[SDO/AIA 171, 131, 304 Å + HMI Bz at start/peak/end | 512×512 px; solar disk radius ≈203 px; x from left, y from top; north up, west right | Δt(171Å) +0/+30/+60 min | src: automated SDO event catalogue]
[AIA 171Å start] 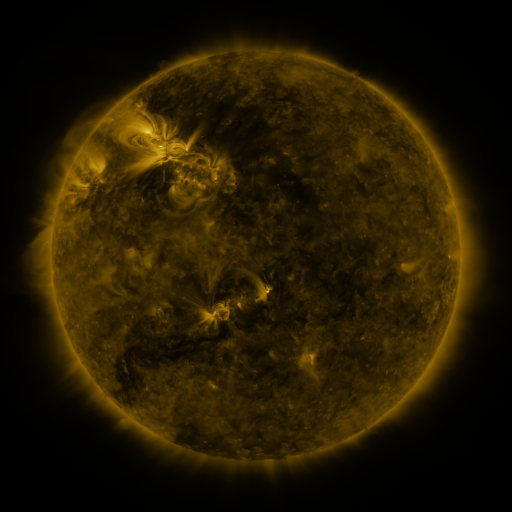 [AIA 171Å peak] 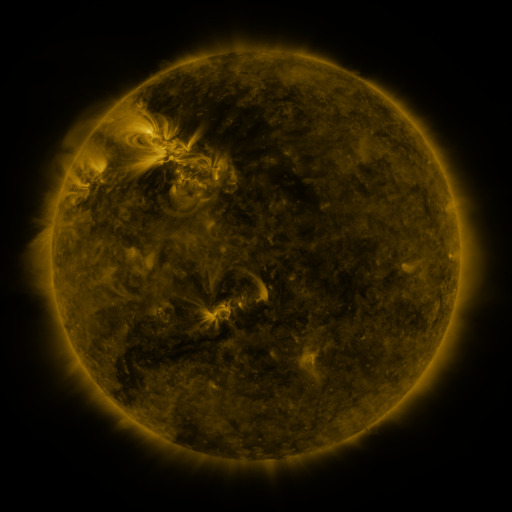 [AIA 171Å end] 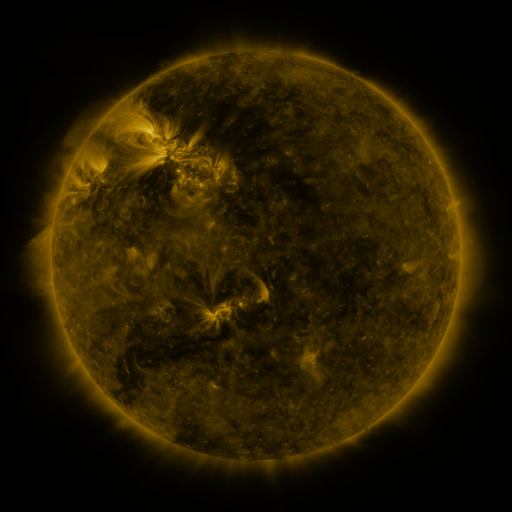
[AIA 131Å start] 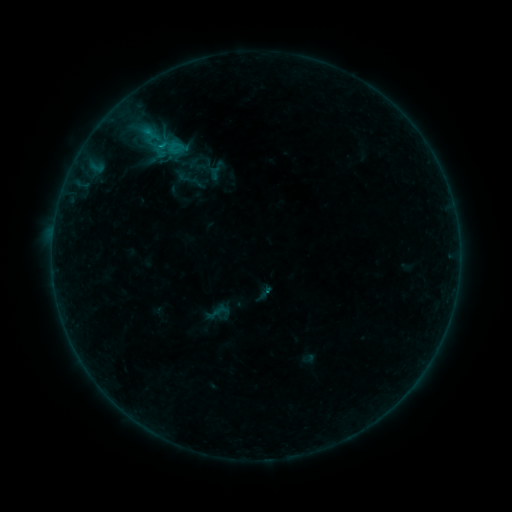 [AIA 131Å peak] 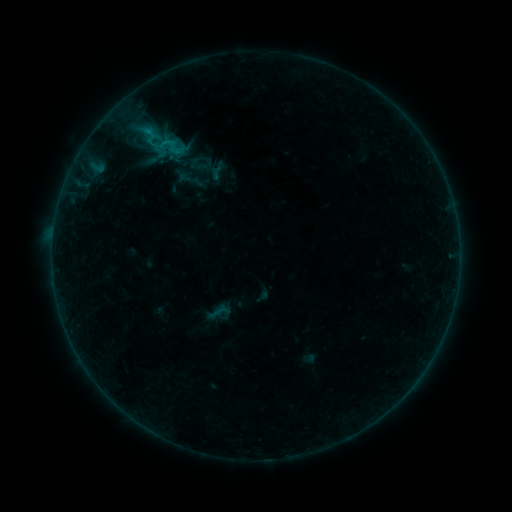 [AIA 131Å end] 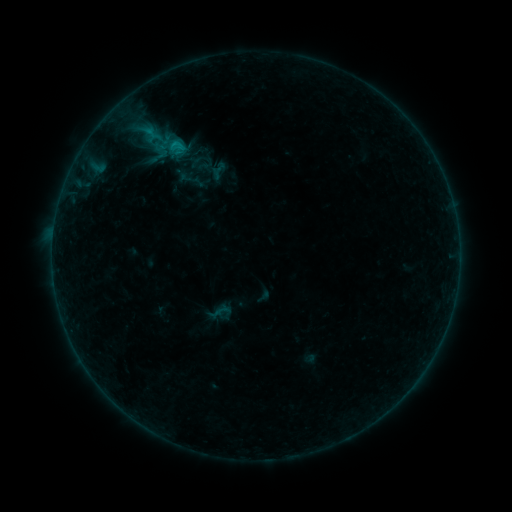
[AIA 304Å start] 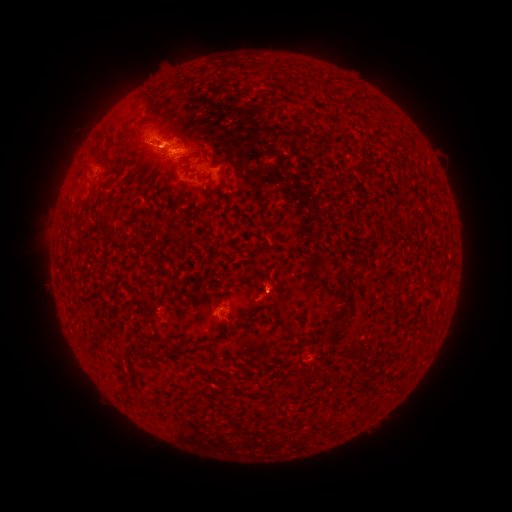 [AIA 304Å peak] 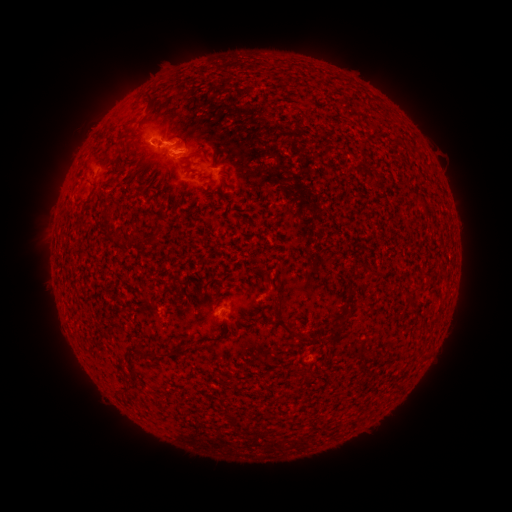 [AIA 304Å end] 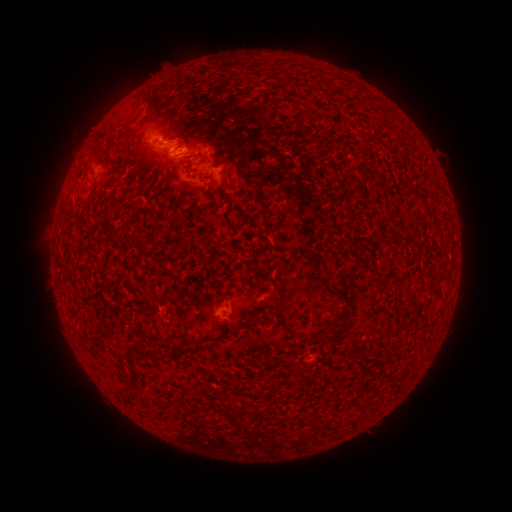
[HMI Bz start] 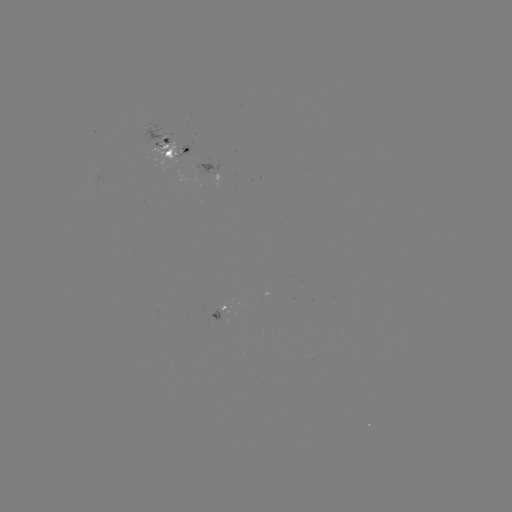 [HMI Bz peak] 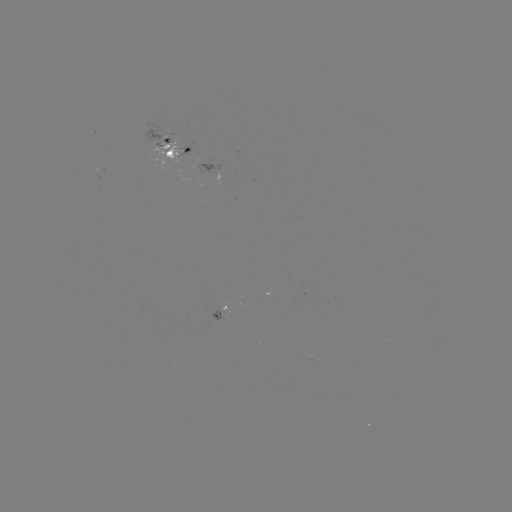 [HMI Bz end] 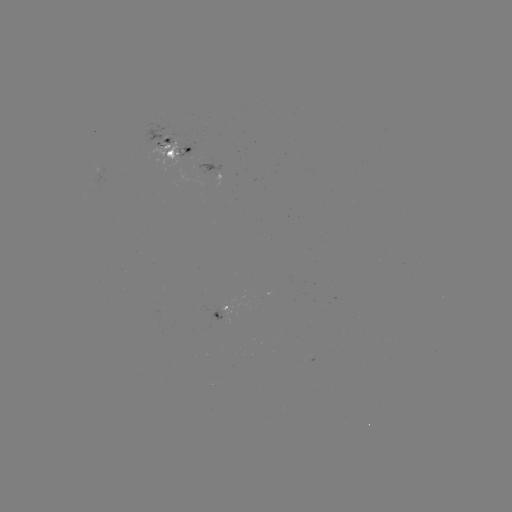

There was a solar emerging-flux region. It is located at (222, 310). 